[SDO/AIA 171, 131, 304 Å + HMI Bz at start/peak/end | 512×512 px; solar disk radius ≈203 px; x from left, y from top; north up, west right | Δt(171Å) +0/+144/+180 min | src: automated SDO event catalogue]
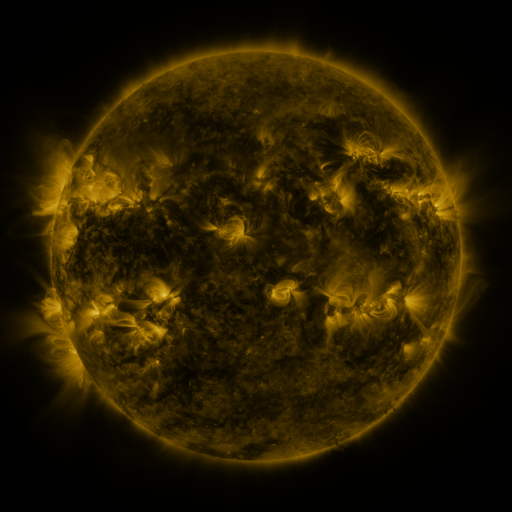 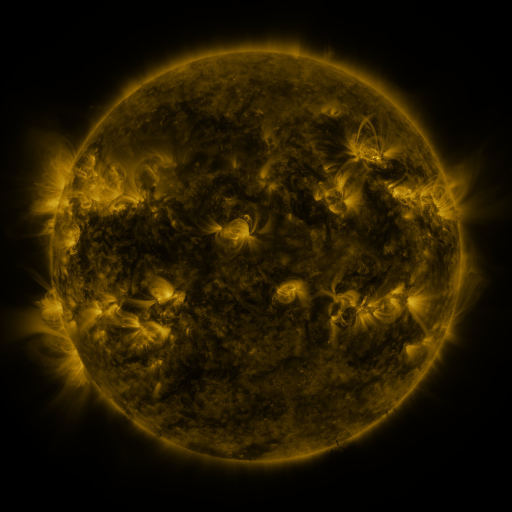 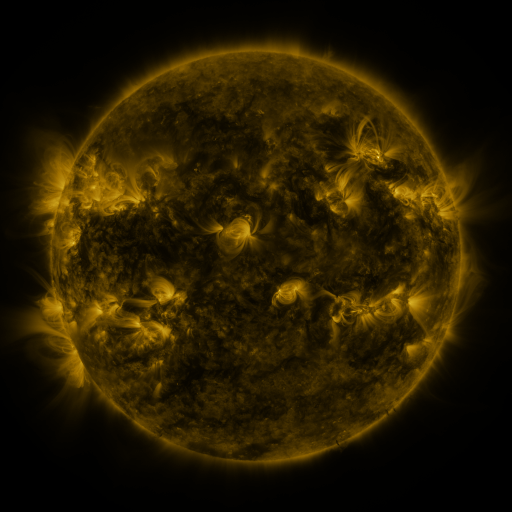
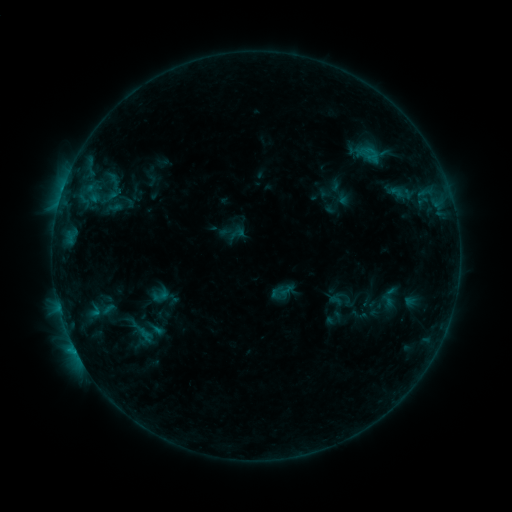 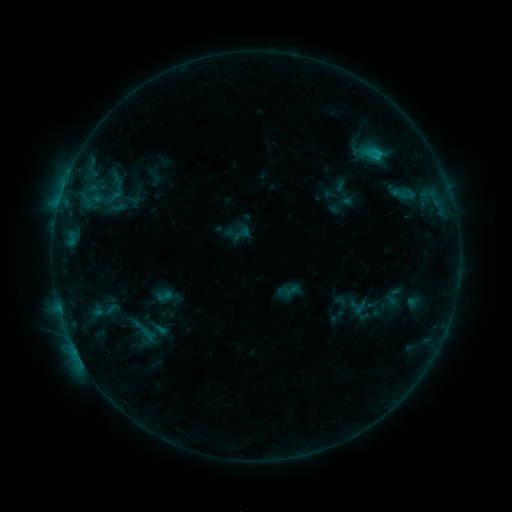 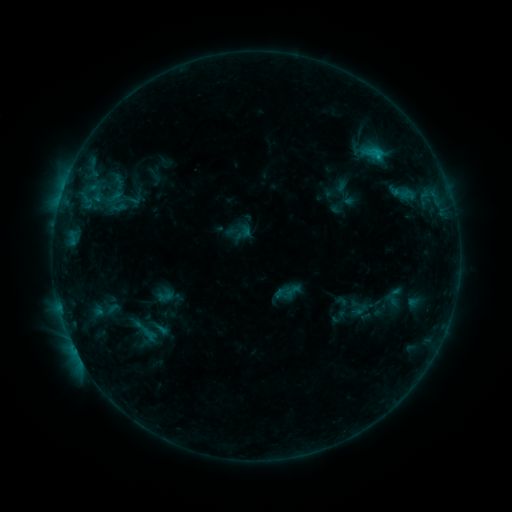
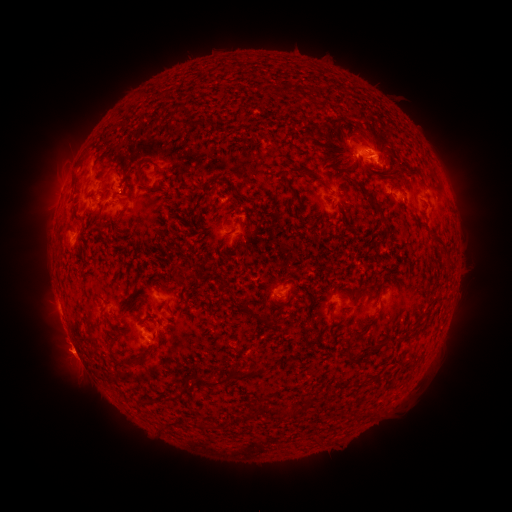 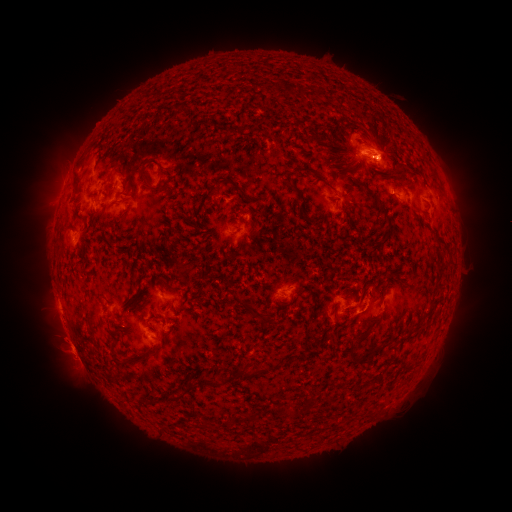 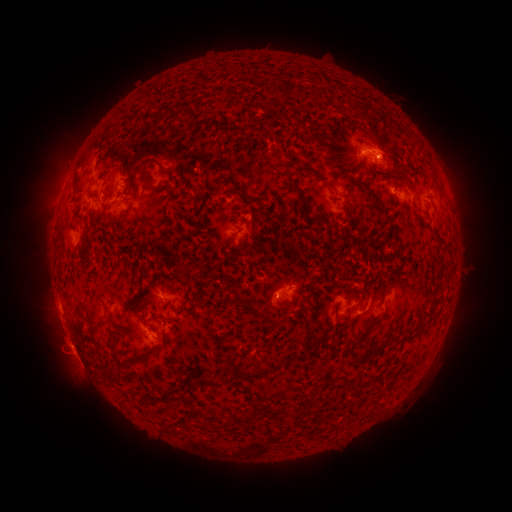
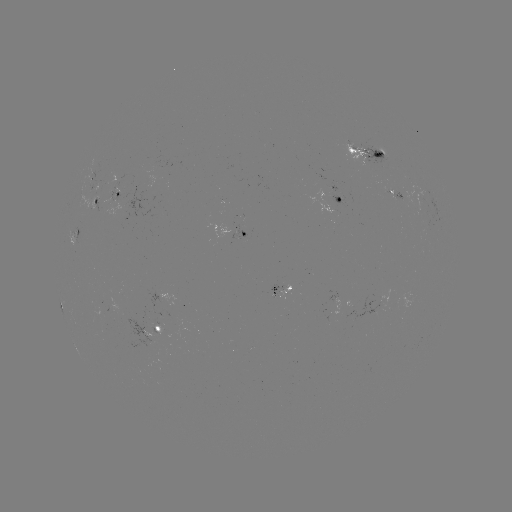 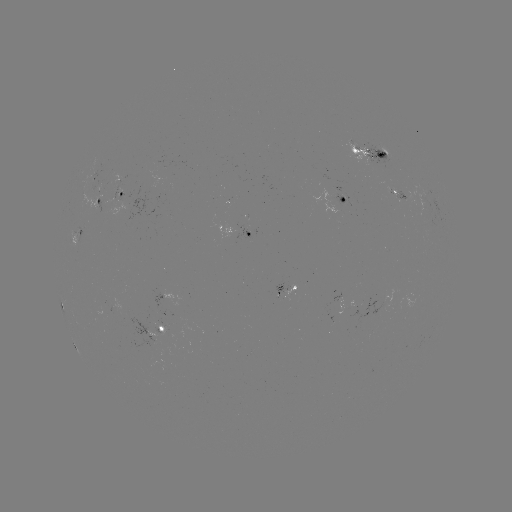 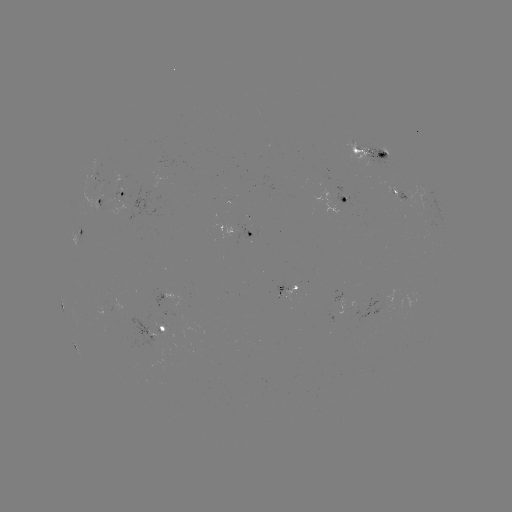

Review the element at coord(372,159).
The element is emerging-flux region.